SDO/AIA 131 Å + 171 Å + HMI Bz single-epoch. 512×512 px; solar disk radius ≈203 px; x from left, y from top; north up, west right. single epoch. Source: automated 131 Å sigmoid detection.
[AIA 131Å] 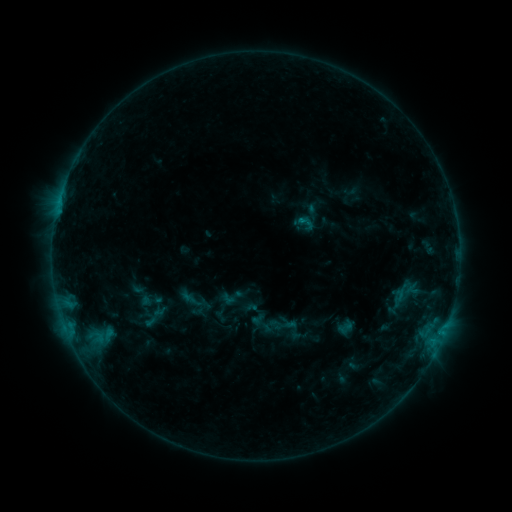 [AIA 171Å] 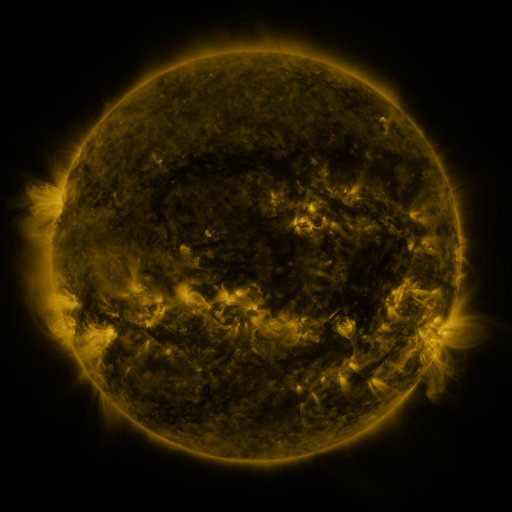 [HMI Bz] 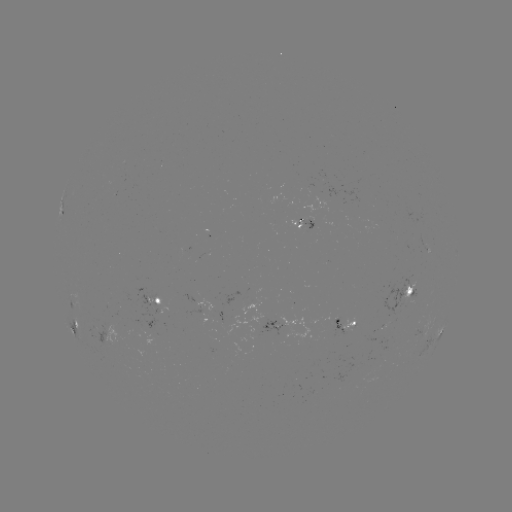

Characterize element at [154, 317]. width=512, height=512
sigmoid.